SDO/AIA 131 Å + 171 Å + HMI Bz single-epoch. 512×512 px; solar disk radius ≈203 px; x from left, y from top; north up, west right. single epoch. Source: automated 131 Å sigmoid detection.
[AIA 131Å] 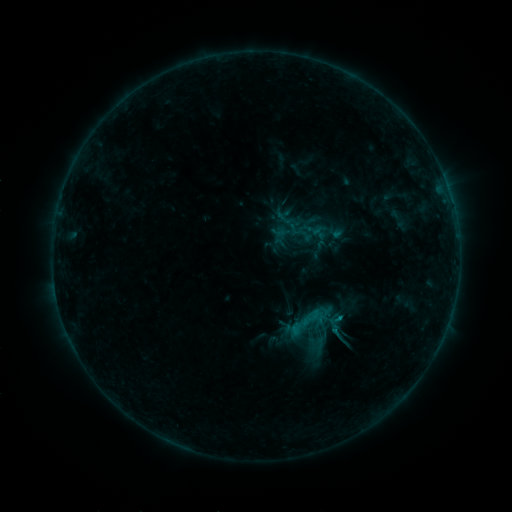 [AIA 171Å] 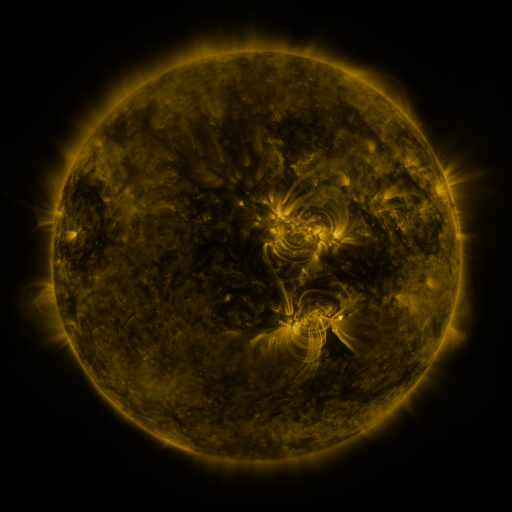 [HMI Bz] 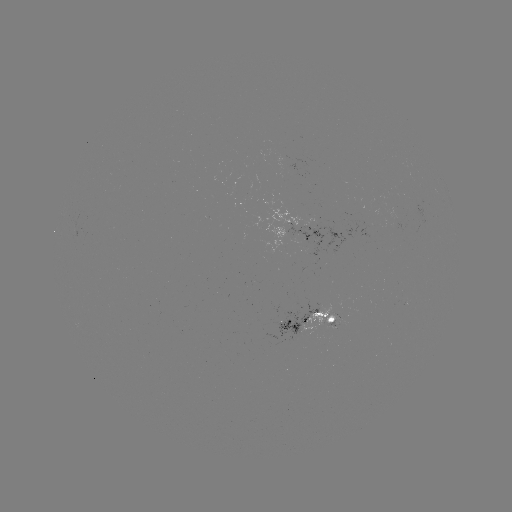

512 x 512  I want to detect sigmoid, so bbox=[298, 305, 323, 330].